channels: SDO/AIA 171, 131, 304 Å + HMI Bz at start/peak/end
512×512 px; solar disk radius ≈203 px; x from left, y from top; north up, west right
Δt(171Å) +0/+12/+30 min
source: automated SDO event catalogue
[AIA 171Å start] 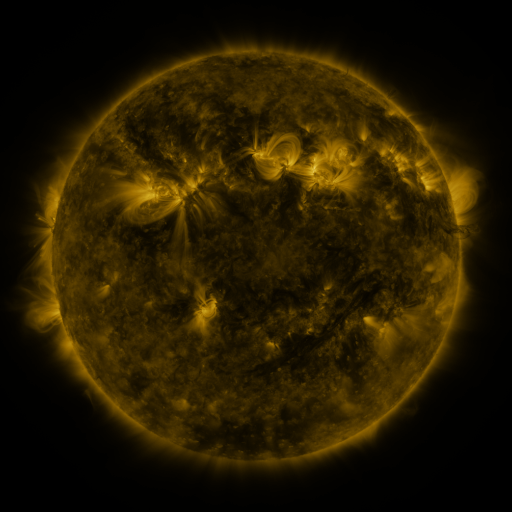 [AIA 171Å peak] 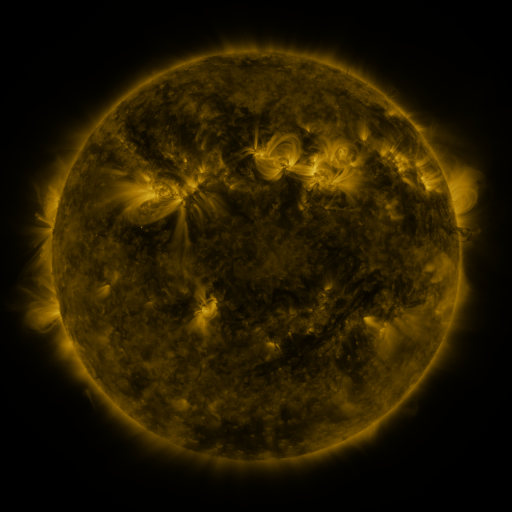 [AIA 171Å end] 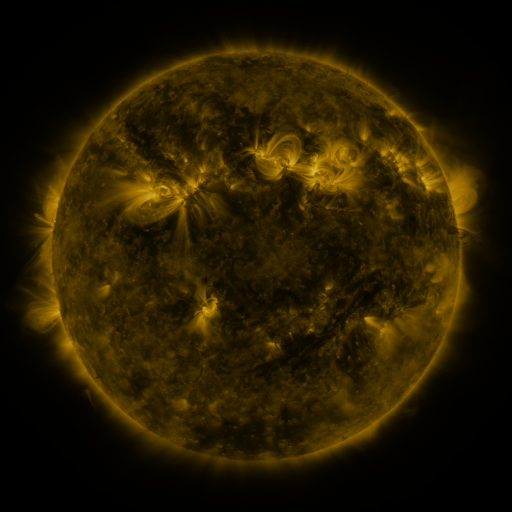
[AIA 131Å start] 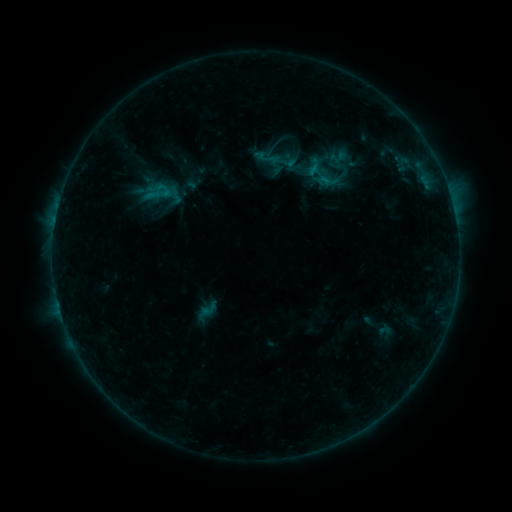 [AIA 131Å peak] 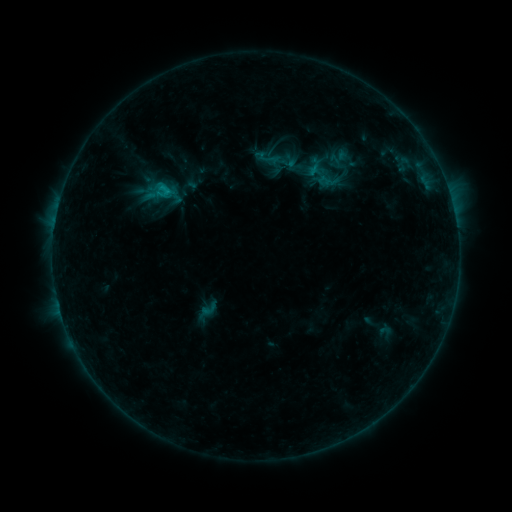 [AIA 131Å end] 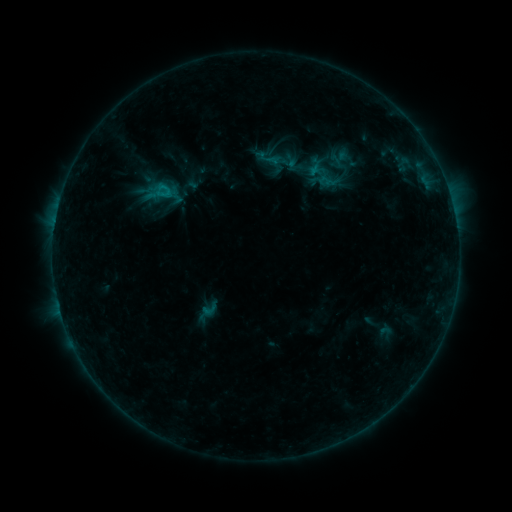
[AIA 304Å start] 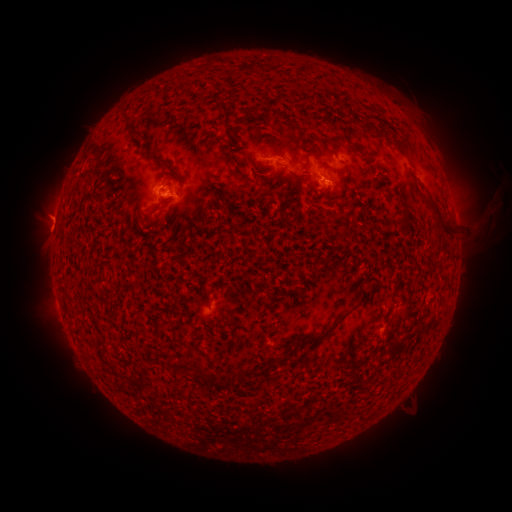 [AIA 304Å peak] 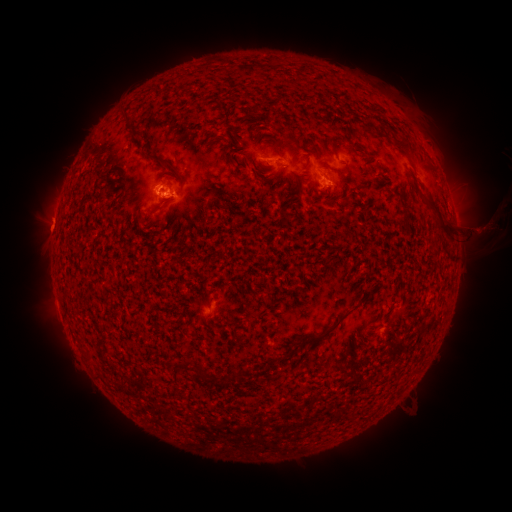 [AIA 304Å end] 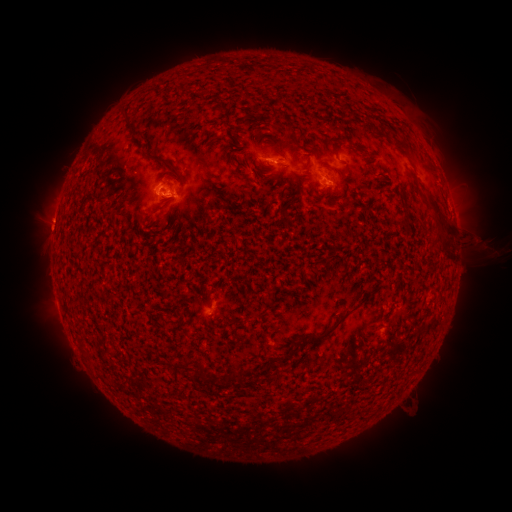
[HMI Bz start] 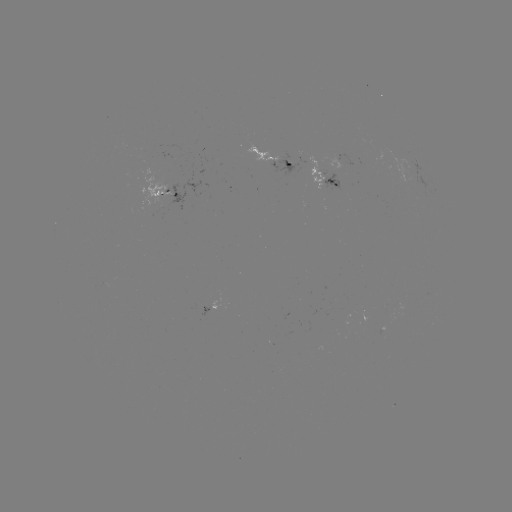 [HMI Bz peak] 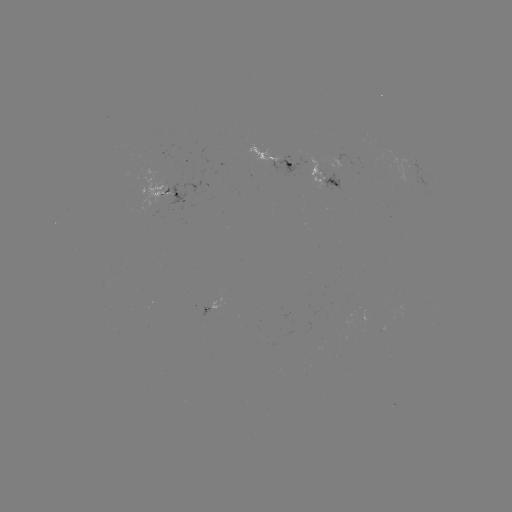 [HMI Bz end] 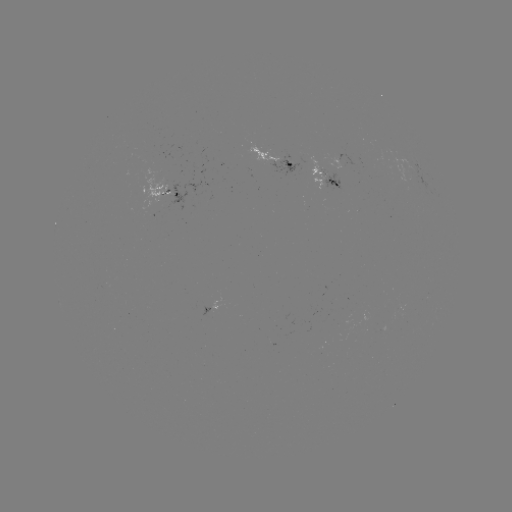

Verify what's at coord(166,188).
B8.1 flare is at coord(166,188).